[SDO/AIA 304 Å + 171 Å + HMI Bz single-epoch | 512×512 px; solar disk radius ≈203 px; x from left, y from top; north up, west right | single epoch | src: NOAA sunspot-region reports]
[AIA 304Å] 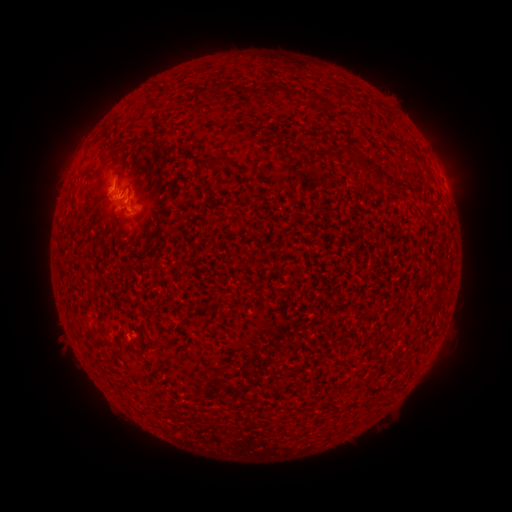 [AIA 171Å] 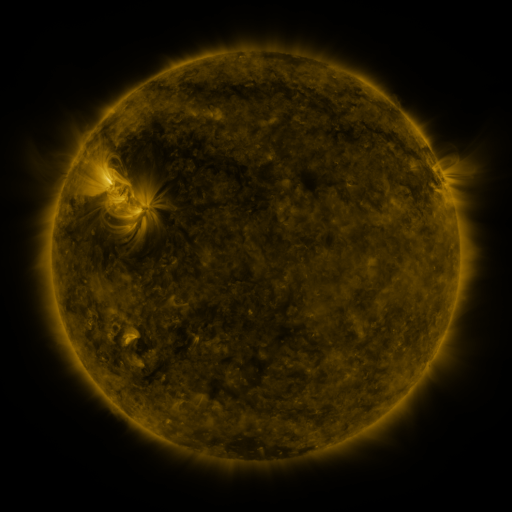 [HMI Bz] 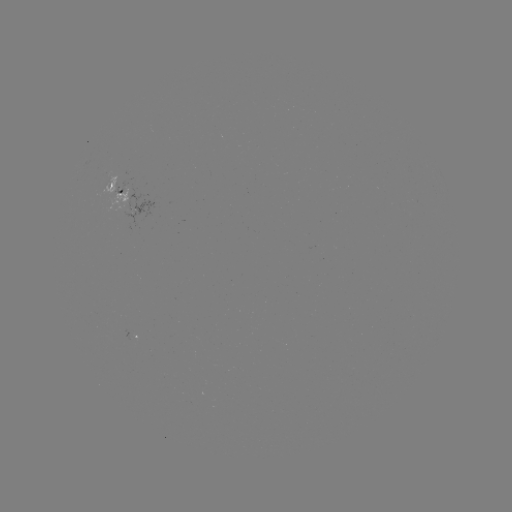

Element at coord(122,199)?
spotted active region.